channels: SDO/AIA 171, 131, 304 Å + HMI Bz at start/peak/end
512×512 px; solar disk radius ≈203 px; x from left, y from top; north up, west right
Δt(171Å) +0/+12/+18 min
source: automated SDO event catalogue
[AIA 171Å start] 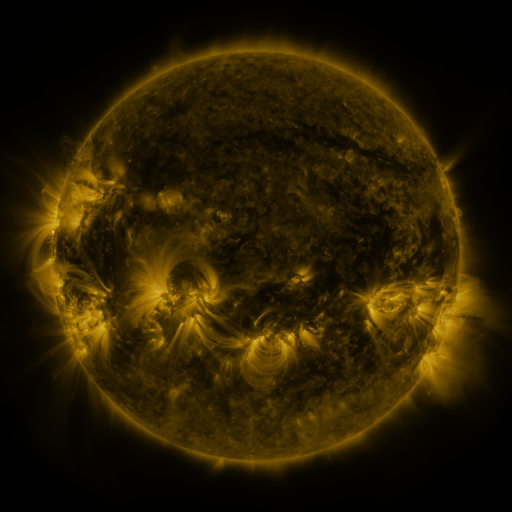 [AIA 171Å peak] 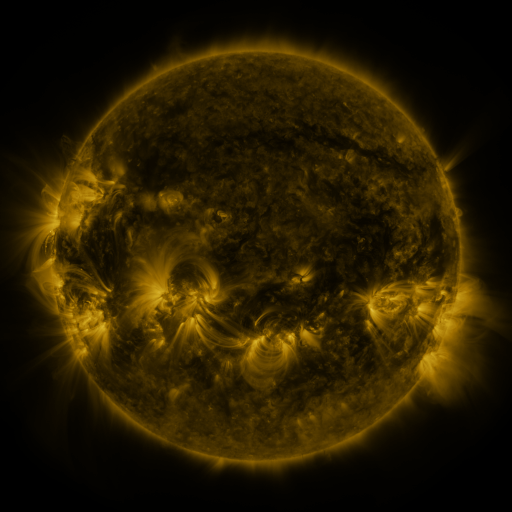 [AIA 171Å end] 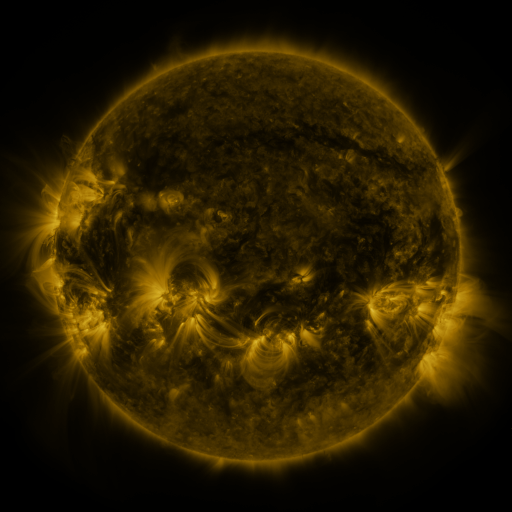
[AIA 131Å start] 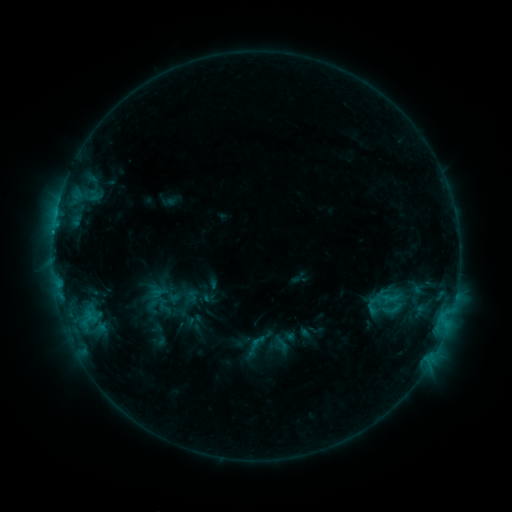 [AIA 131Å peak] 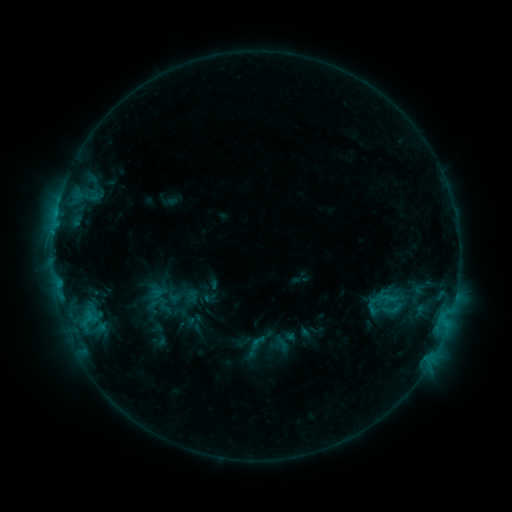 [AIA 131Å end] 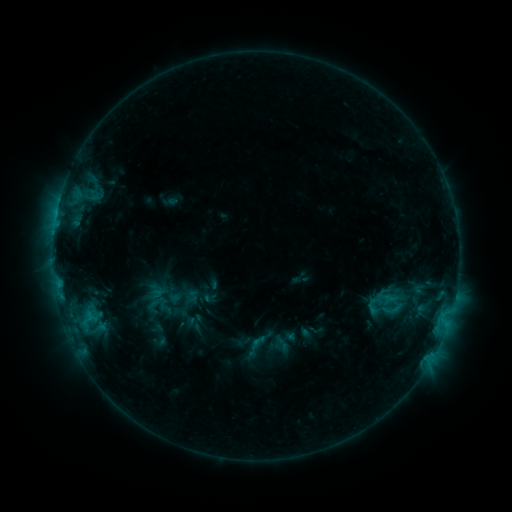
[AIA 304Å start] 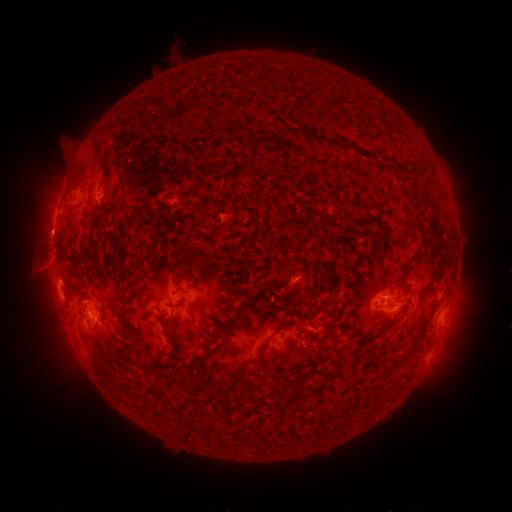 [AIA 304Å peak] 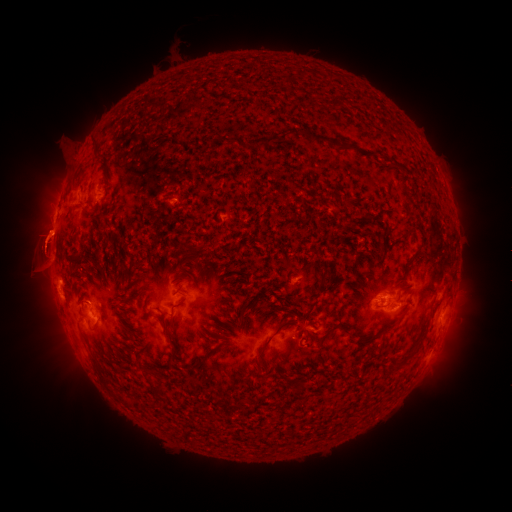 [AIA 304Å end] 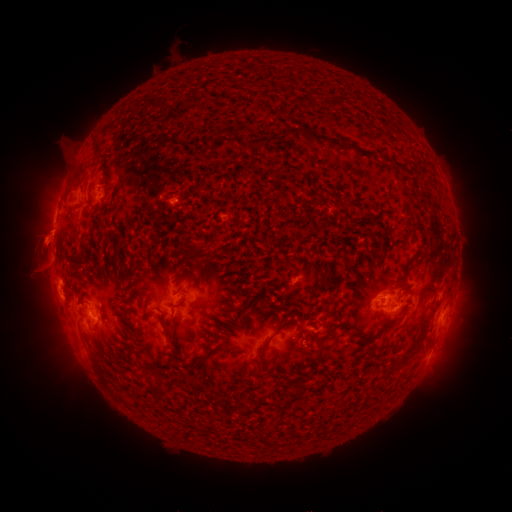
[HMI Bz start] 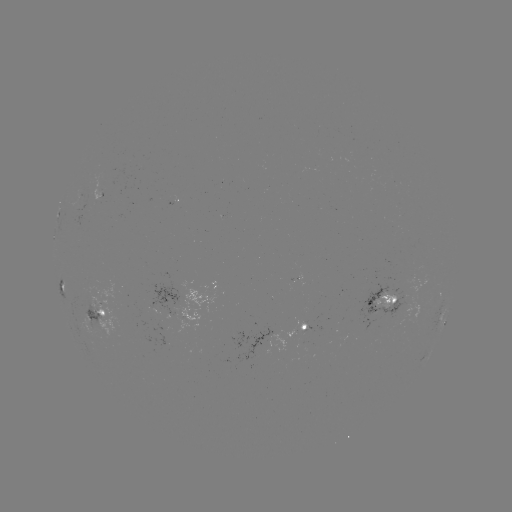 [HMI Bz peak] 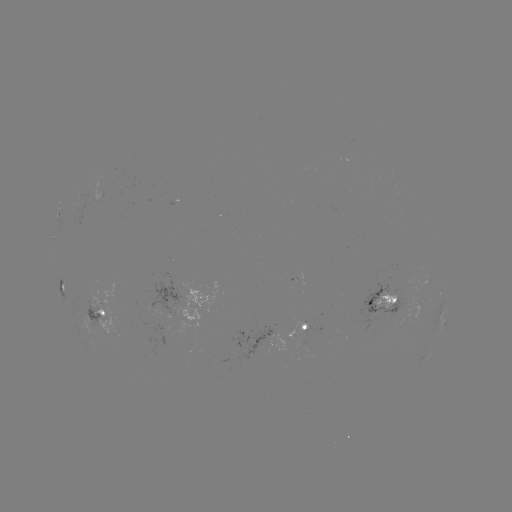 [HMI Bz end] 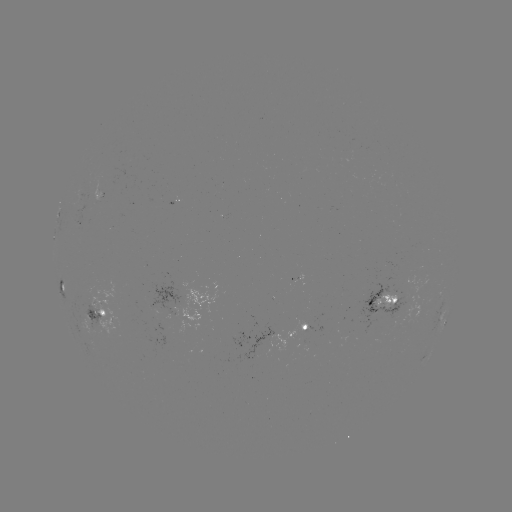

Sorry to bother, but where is eruption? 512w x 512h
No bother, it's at (43, 243).